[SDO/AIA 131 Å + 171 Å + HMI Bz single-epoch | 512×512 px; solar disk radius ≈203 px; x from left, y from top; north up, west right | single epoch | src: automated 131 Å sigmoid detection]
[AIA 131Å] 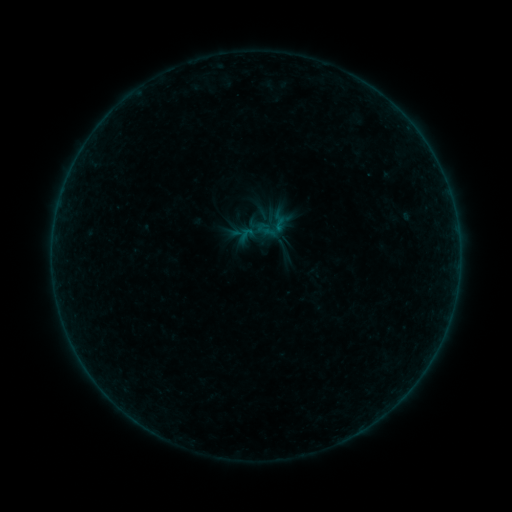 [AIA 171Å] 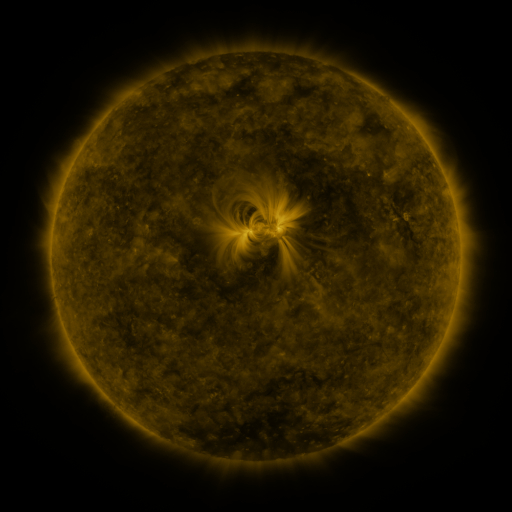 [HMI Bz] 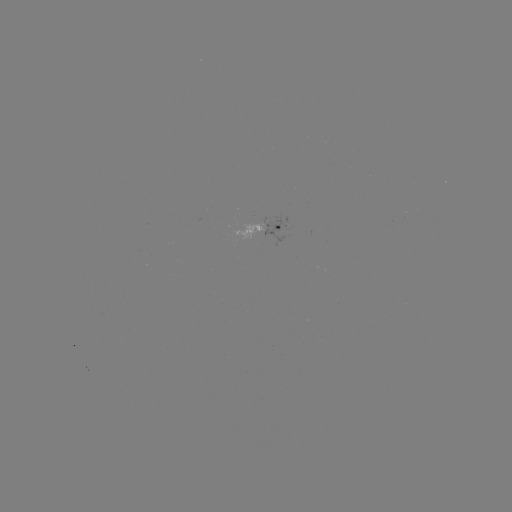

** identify sigmoid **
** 246,234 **